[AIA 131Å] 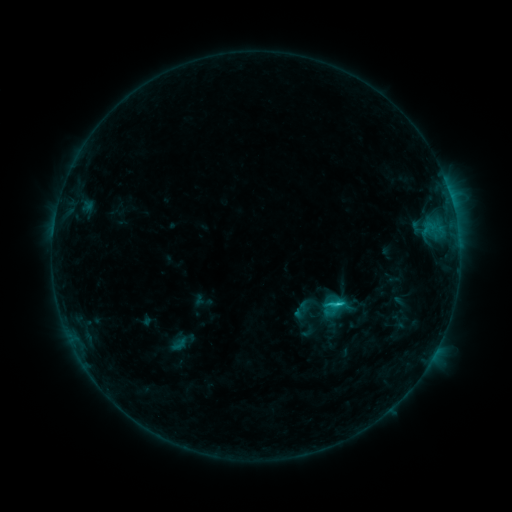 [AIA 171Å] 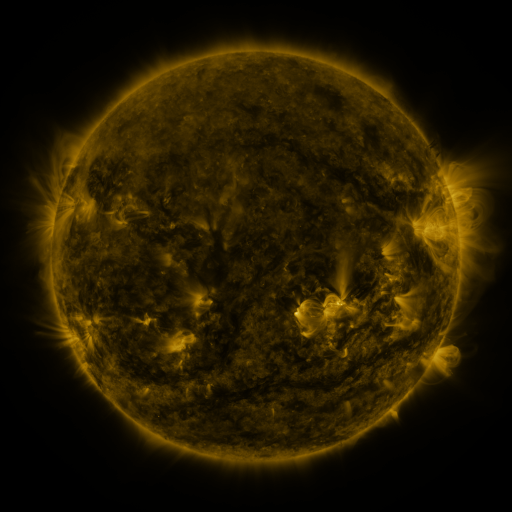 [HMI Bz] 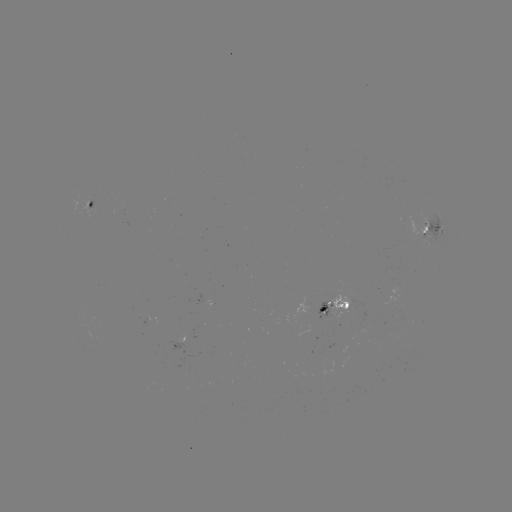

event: sigmoid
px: (333, 304)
